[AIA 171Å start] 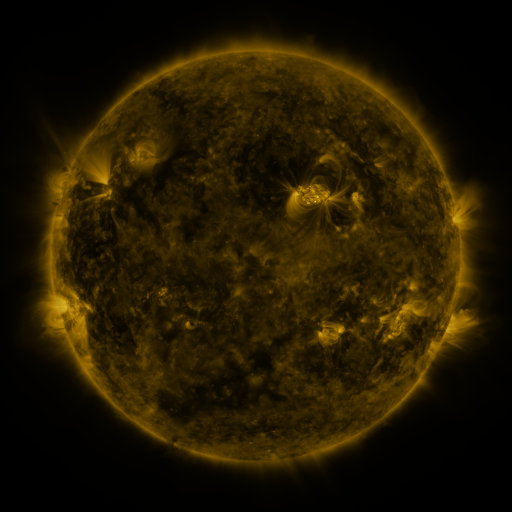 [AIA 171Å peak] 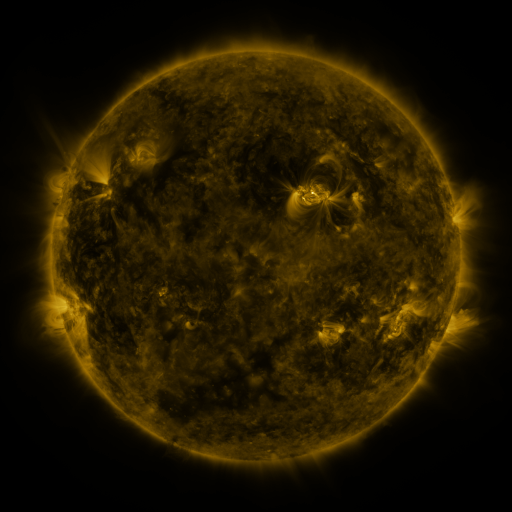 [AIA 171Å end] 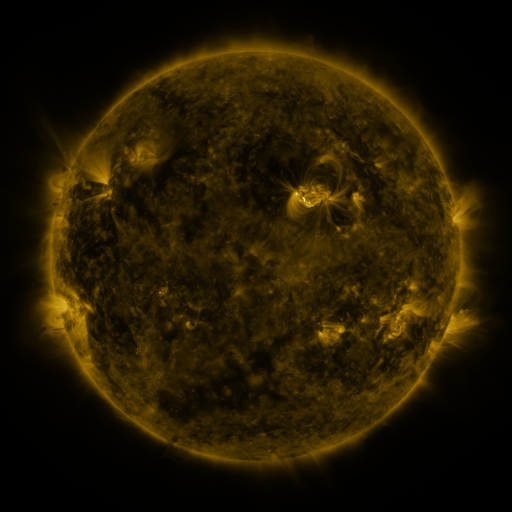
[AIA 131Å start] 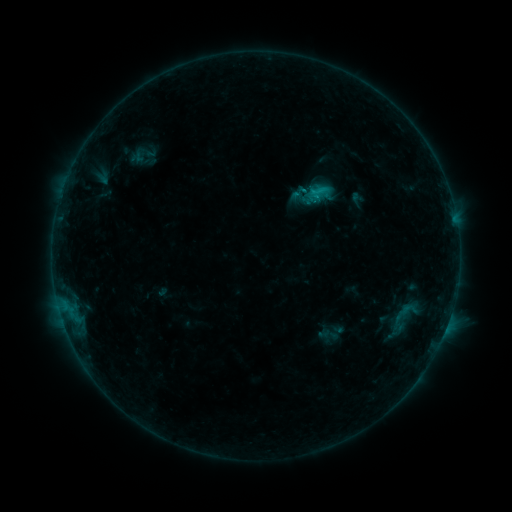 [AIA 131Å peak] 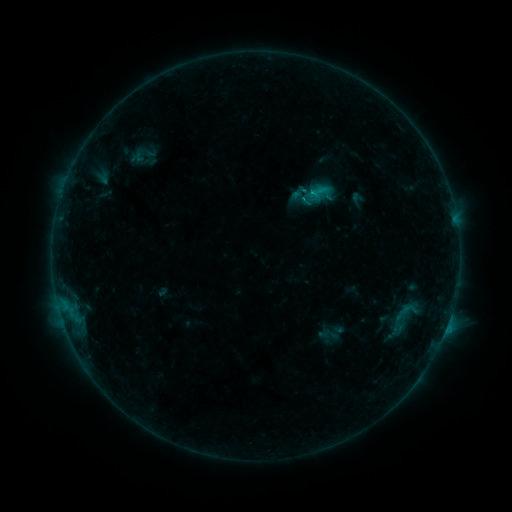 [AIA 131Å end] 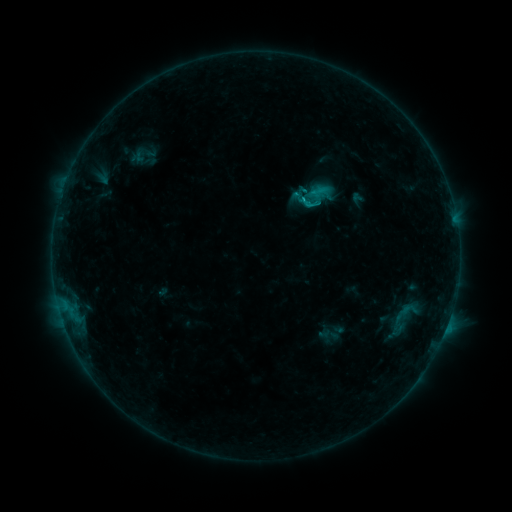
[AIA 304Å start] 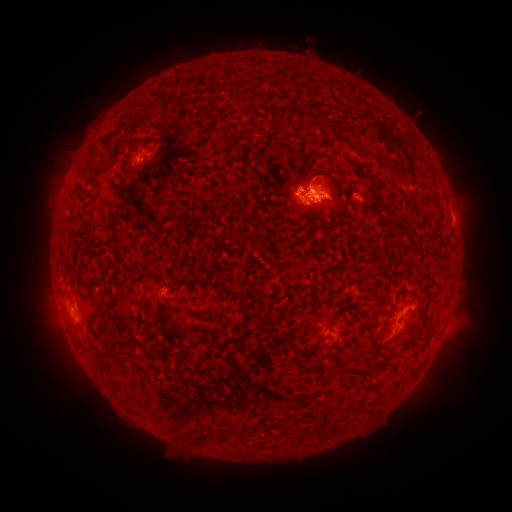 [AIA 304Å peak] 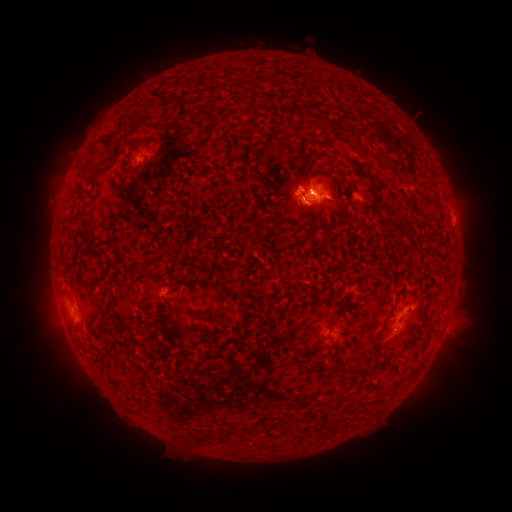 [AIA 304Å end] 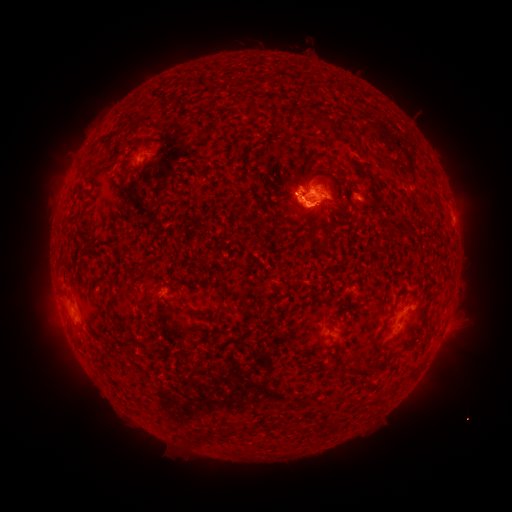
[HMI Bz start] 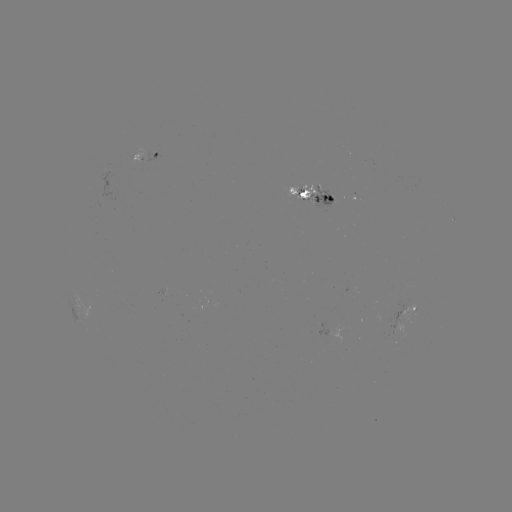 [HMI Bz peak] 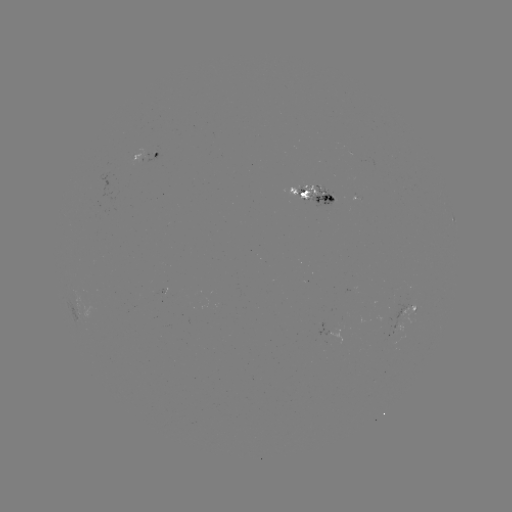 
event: flare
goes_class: C2.2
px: (310, 196)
